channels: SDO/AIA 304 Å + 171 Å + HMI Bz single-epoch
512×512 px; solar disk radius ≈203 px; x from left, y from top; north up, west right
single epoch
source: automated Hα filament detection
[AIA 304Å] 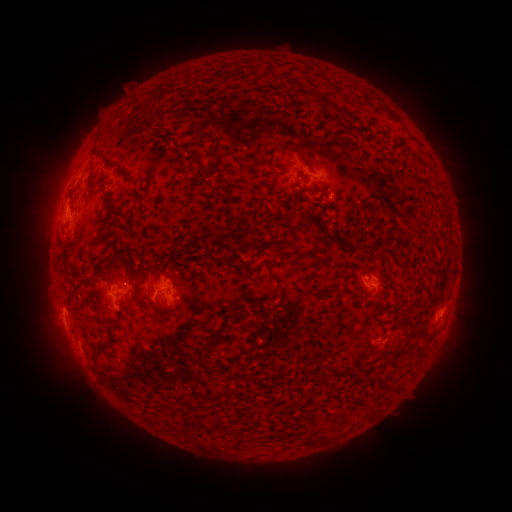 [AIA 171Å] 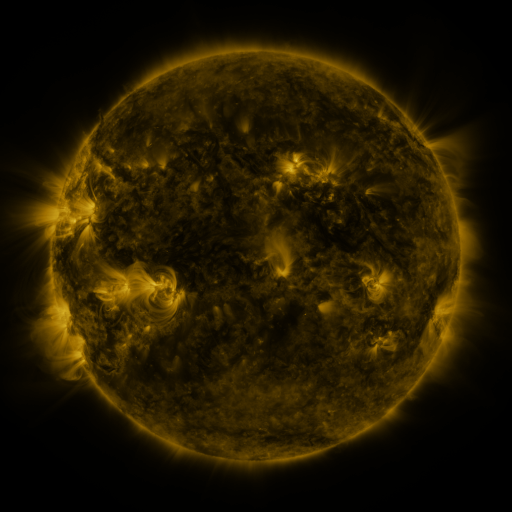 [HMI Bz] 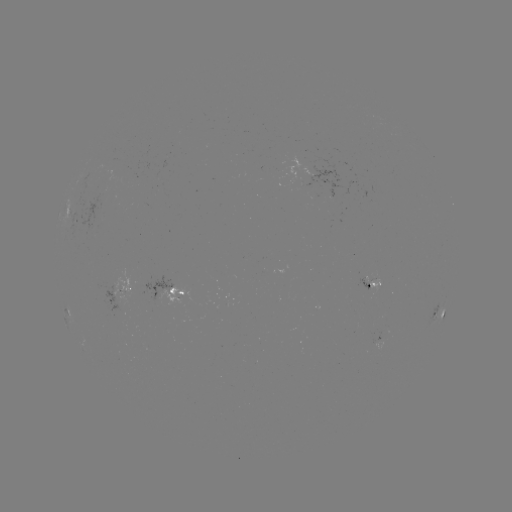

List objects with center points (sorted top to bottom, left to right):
filament: [269, 149, 277, 161]
filament: [217, 152, 229, 161]
filament: [109, 159, 134, 182]
filament: [103, 191, 110, 205]
filament: [111, 204, 122, 215]
filament: [210, 234, 227, 246]
filament: [95, 256, 106, 263]
filament: [165, 269, 174, 282]
filament: [92, 270, 108, 279]
filament: [139, 306, 164, 321]
filament: [100, 318, 111, 327]
filament: [222, 323, 231, 333]
filament: [99, 341, 111, 353]
filament: [103, 364, 118, 373]
filament: [305, 435, 314, 446]
